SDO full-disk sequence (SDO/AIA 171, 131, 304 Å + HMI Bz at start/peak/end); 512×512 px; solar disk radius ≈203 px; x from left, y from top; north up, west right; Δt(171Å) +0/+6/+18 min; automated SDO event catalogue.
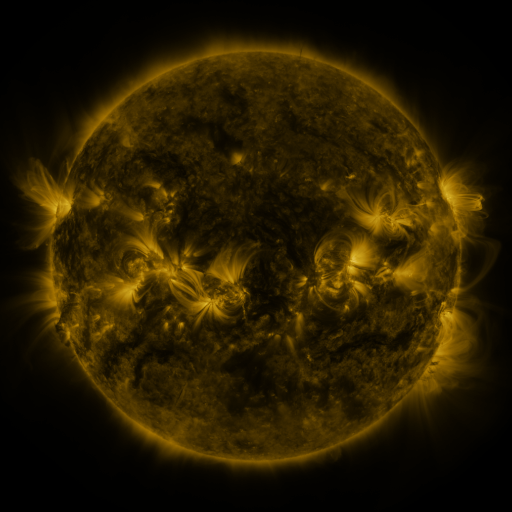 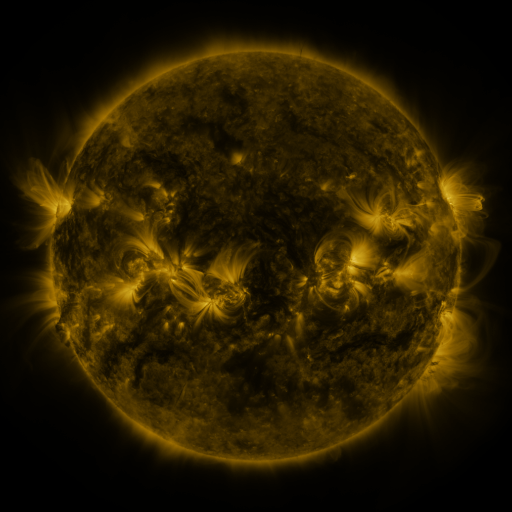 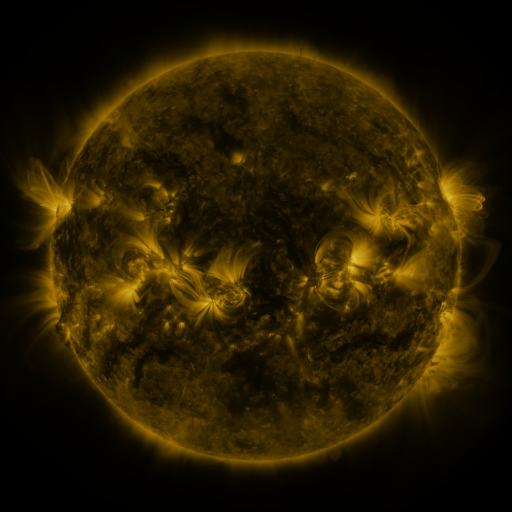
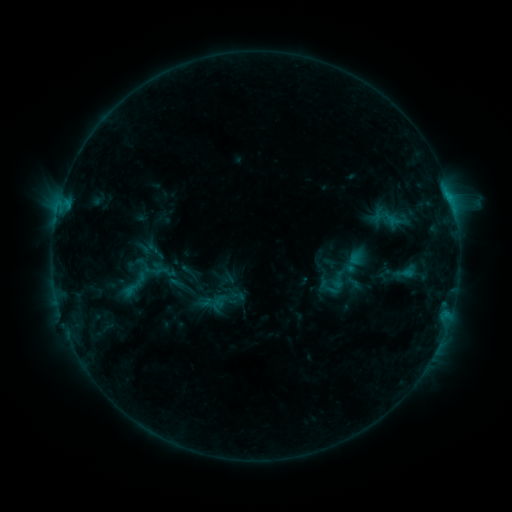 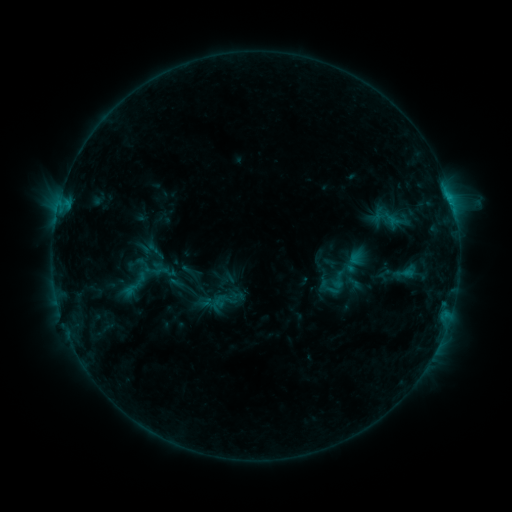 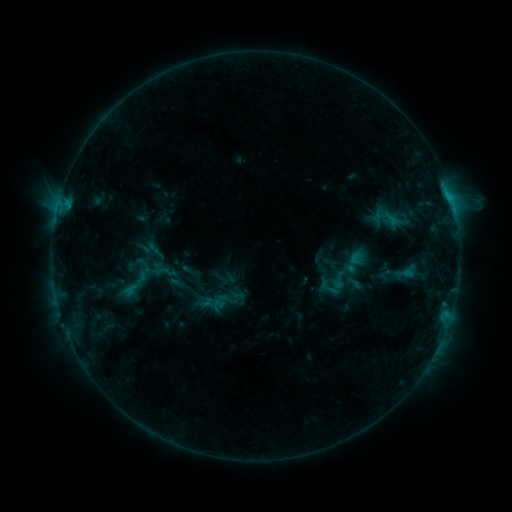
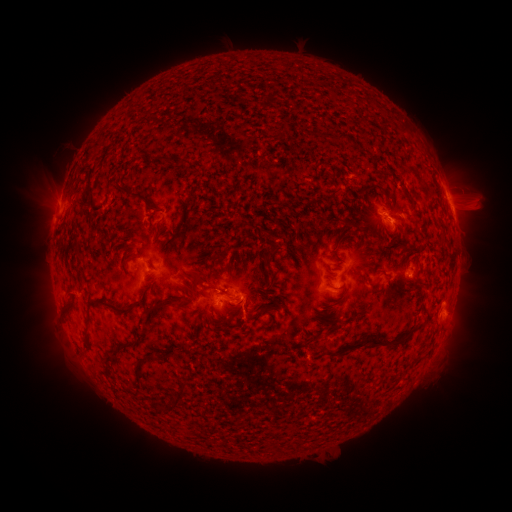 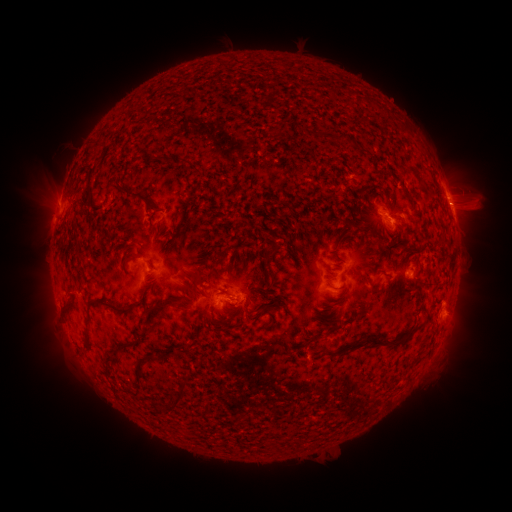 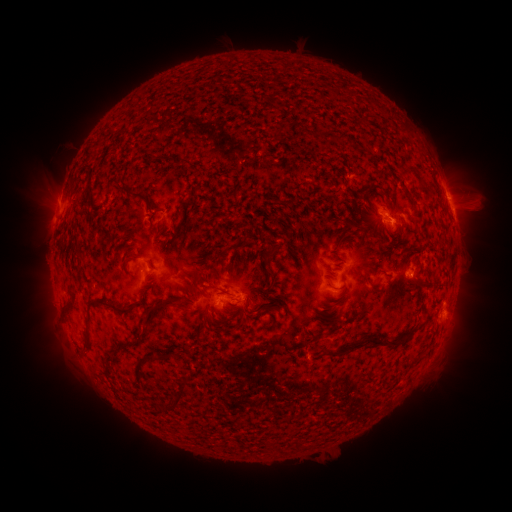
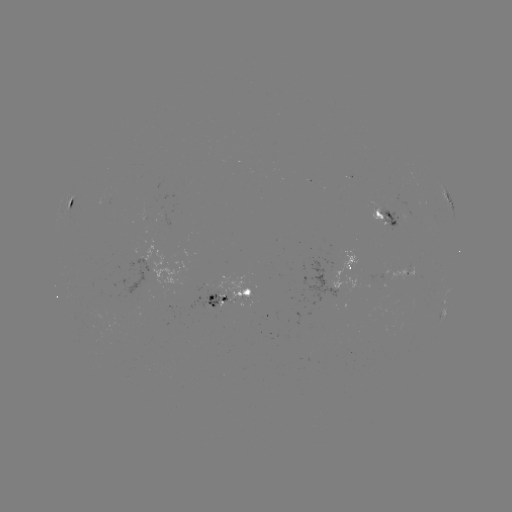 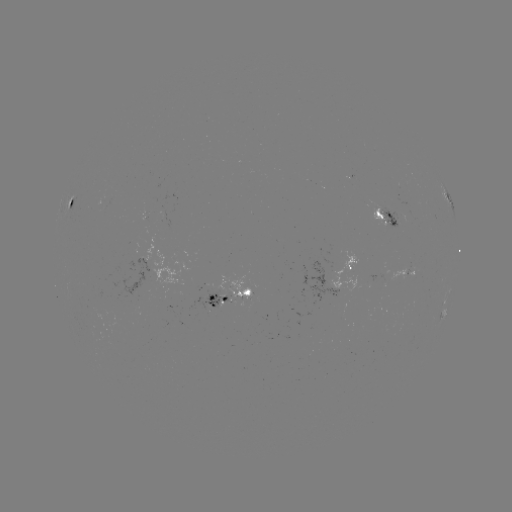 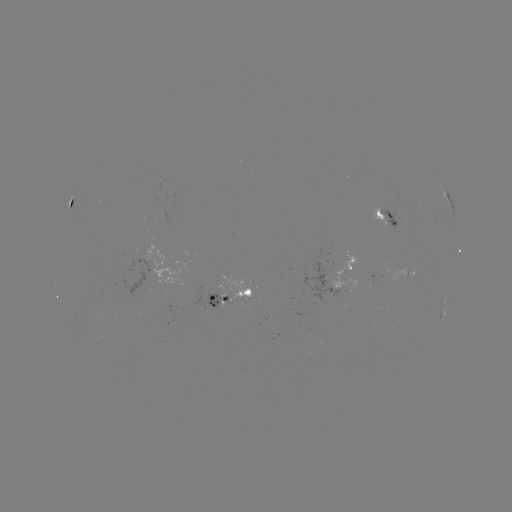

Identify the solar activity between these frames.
no classed flare was catalogued and no EUV brightening was flagged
